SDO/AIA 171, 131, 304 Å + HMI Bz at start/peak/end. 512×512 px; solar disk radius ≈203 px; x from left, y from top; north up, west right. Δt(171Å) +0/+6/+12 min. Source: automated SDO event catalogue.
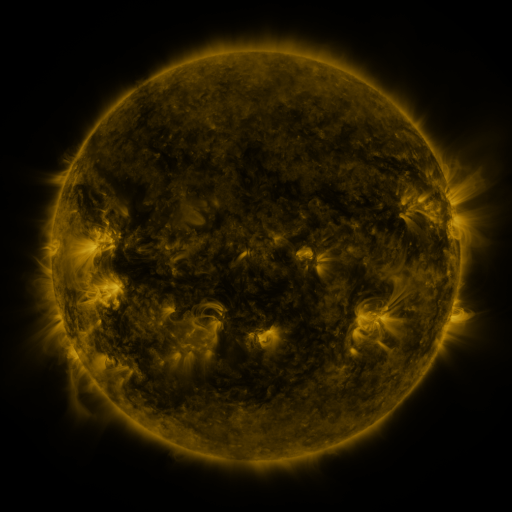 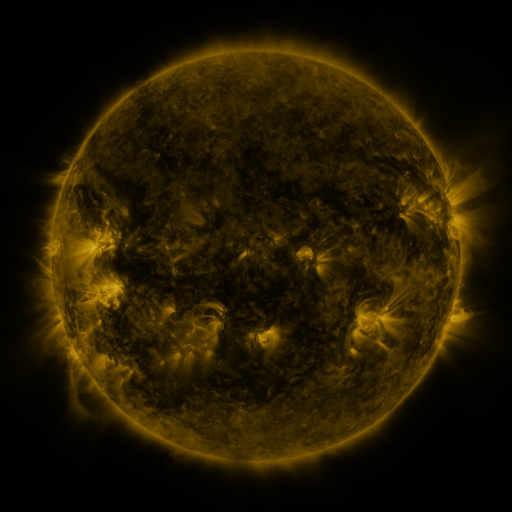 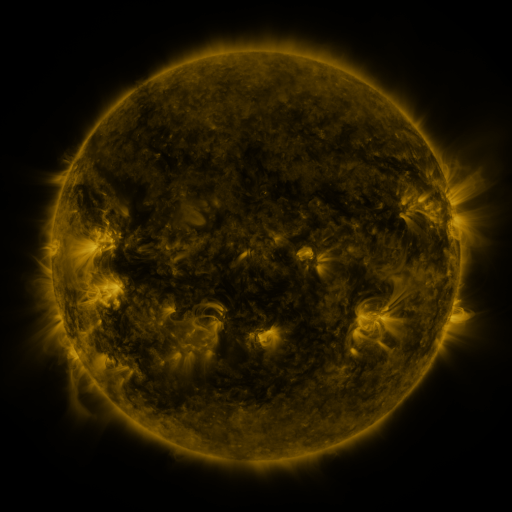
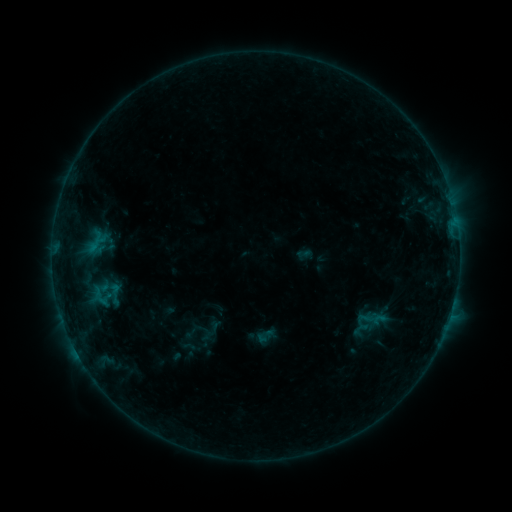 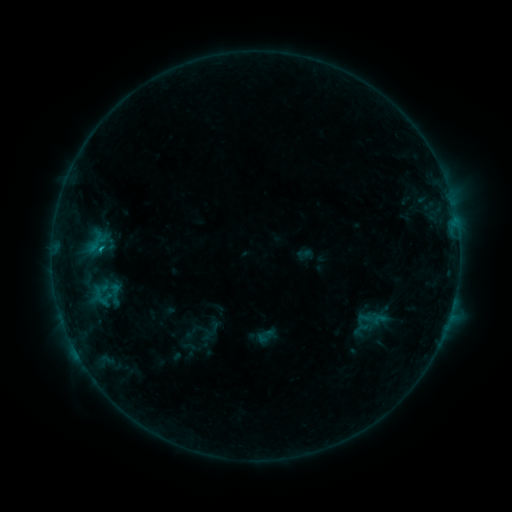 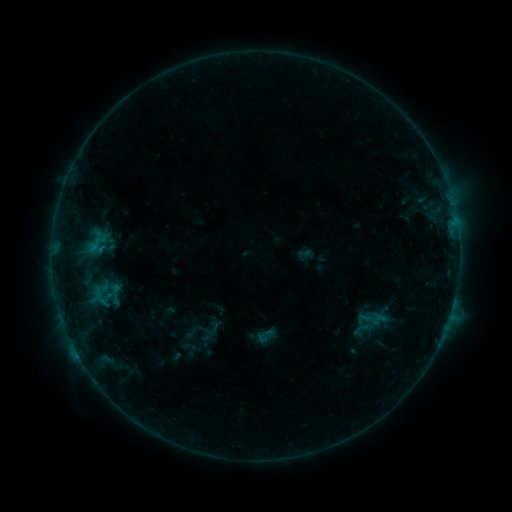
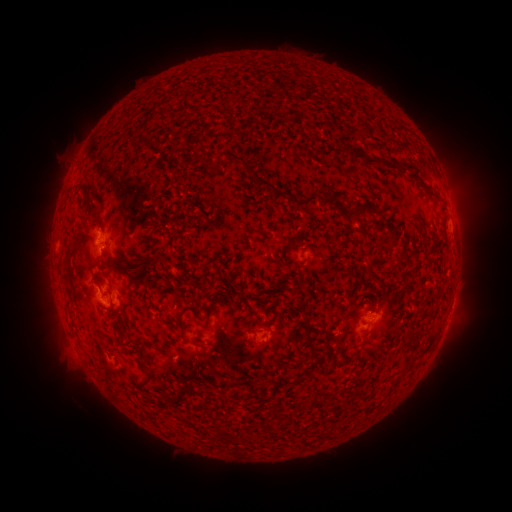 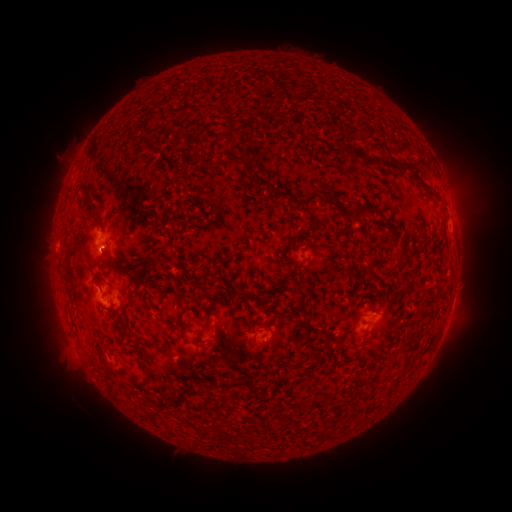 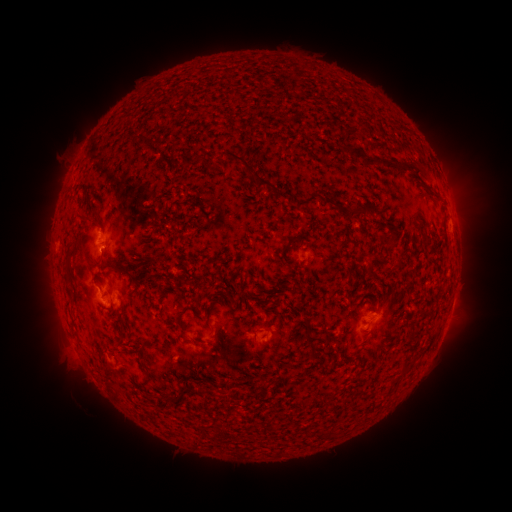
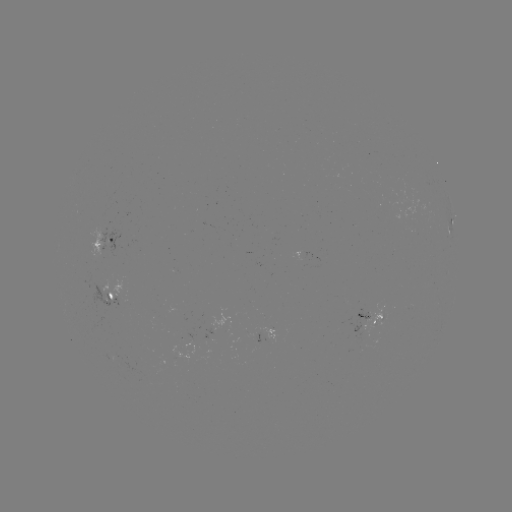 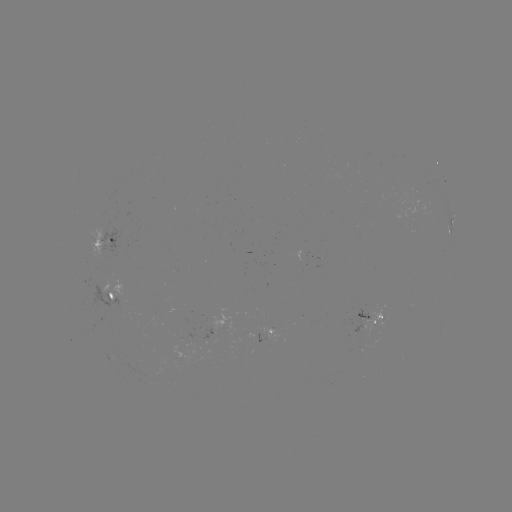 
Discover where B4.2 flare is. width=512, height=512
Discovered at [103, 249].